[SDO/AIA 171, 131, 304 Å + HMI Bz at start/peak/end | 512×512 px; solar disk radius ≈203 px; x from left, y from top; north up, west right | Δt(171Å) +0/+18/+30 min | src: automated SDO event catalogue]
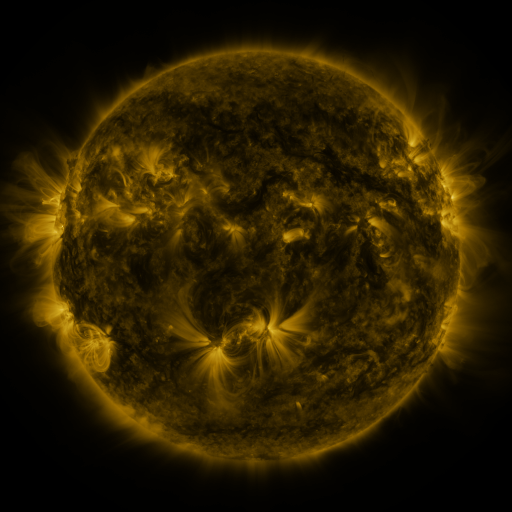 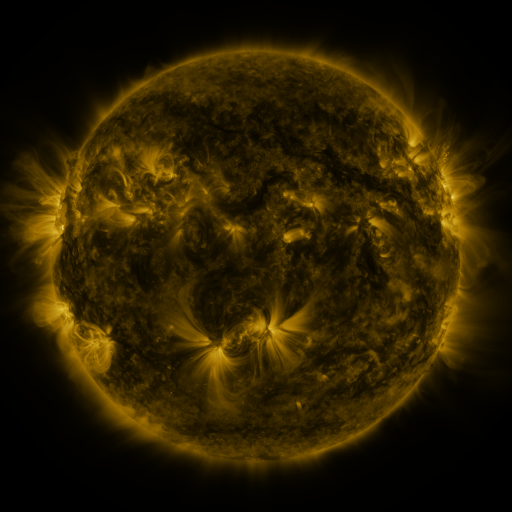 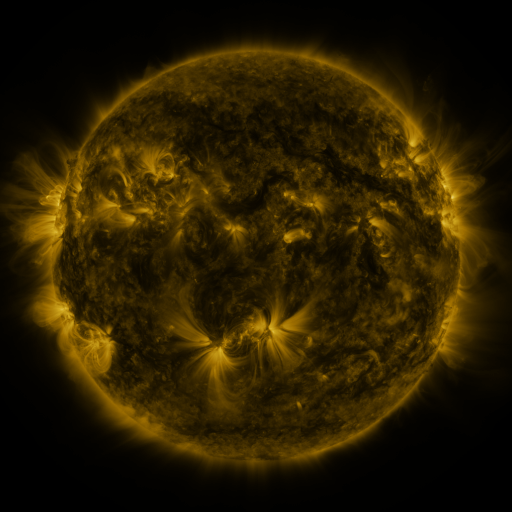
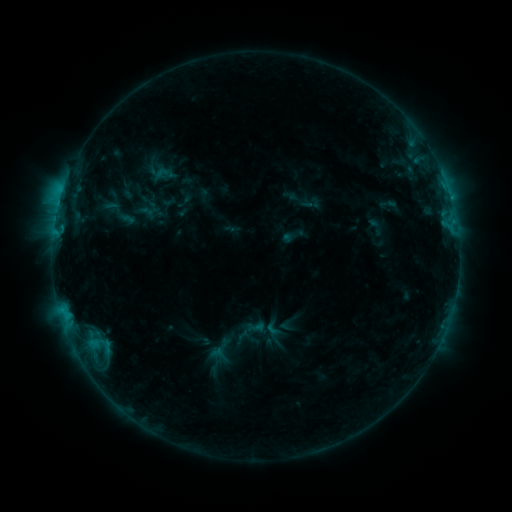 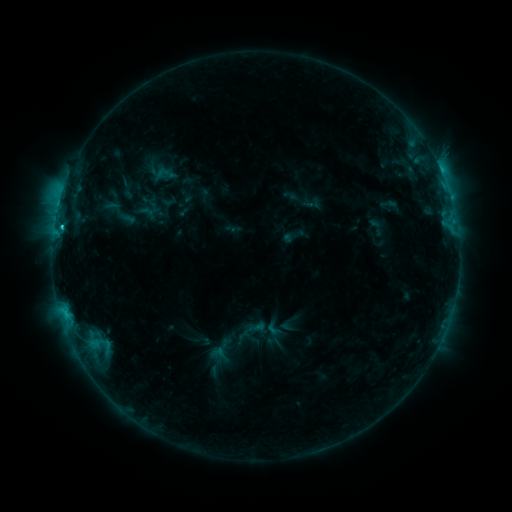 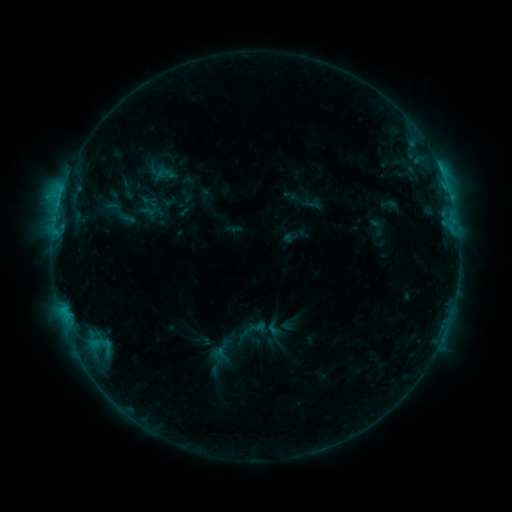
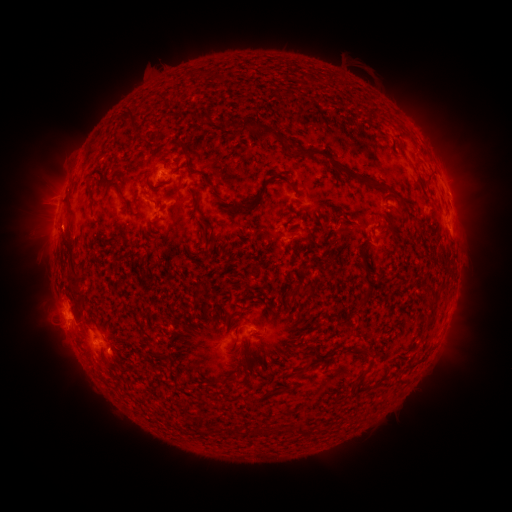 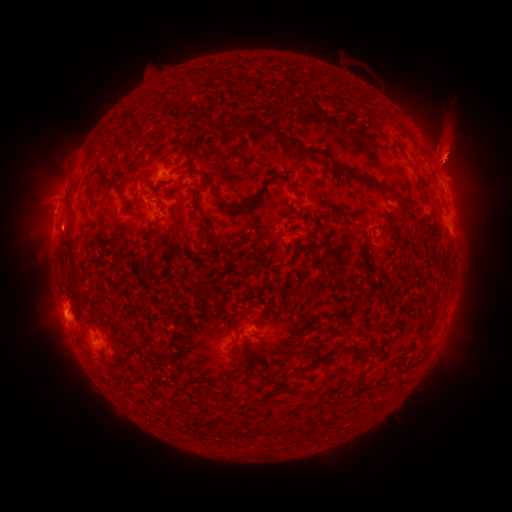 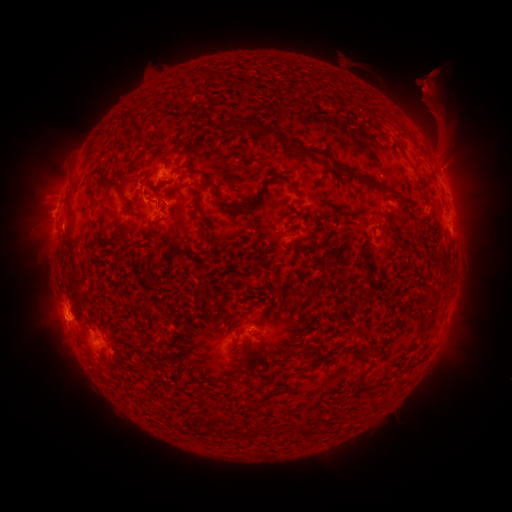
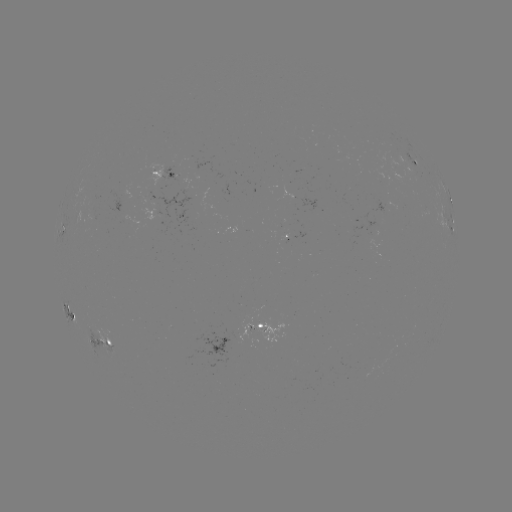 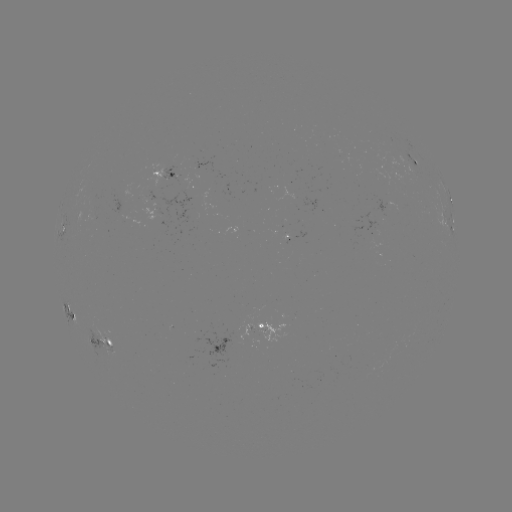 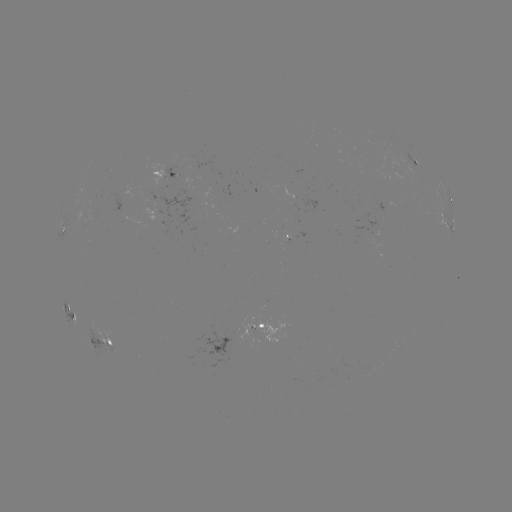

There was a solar flare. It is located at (62, 230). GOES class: C3.2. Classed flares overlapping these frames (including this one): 1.